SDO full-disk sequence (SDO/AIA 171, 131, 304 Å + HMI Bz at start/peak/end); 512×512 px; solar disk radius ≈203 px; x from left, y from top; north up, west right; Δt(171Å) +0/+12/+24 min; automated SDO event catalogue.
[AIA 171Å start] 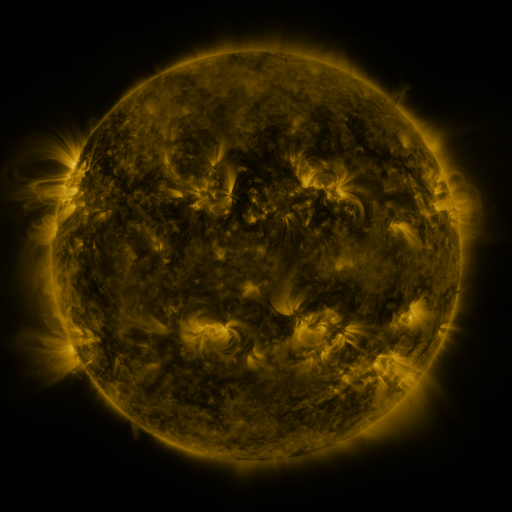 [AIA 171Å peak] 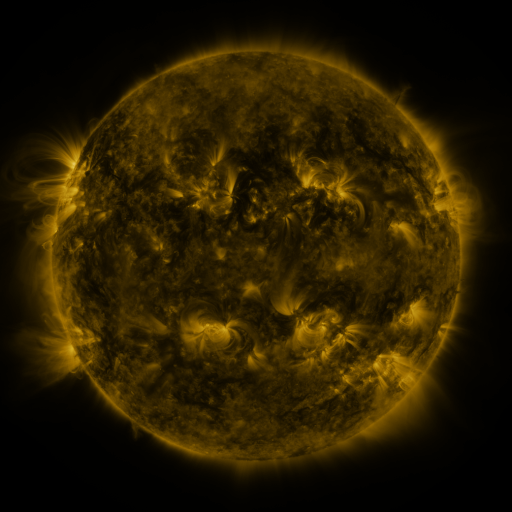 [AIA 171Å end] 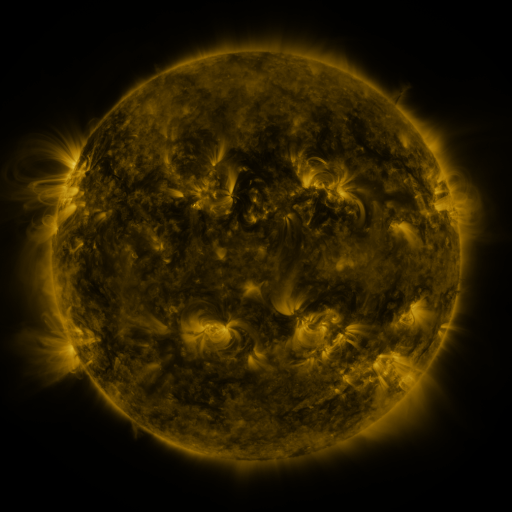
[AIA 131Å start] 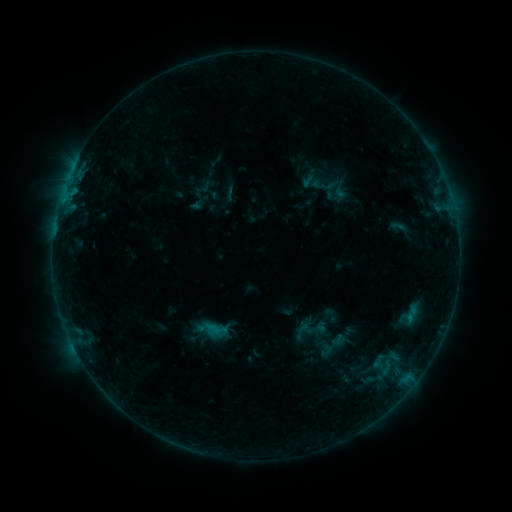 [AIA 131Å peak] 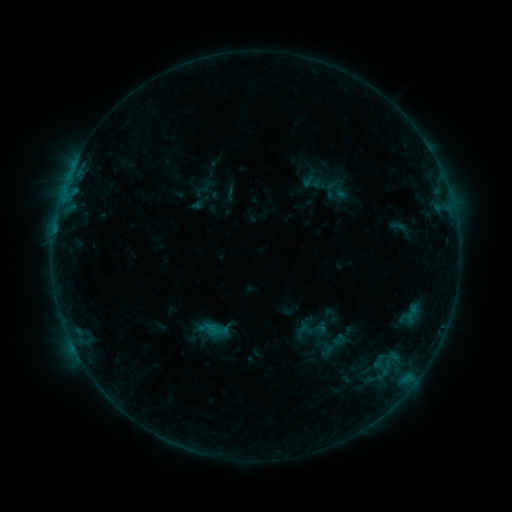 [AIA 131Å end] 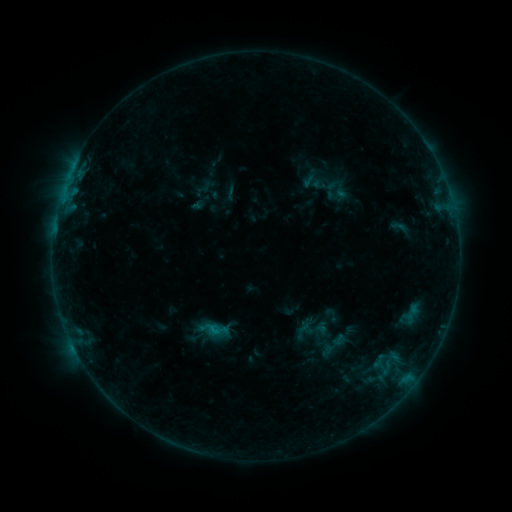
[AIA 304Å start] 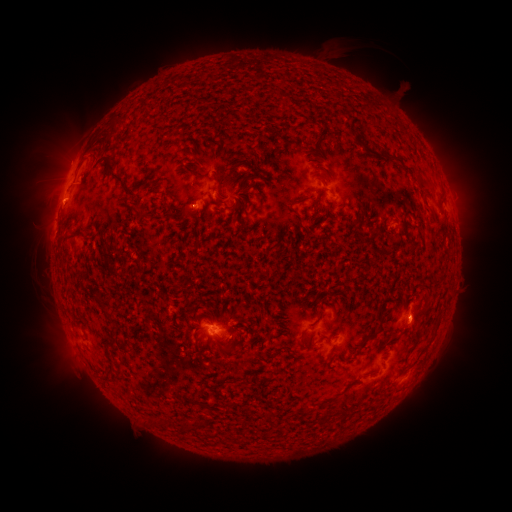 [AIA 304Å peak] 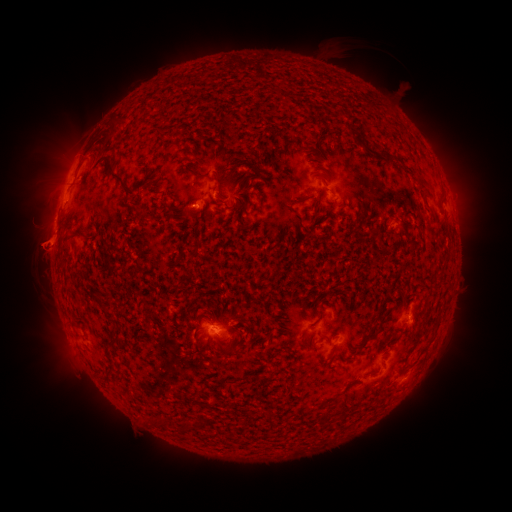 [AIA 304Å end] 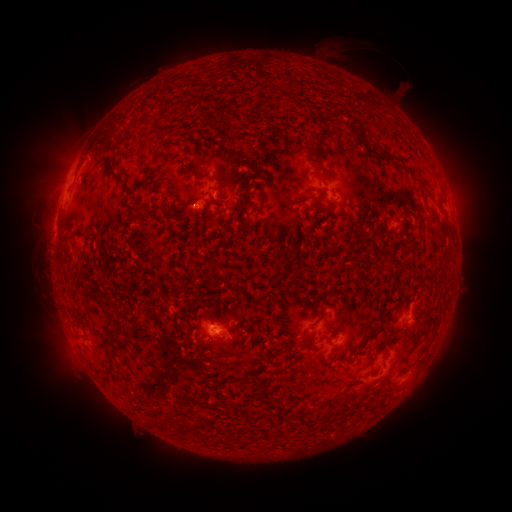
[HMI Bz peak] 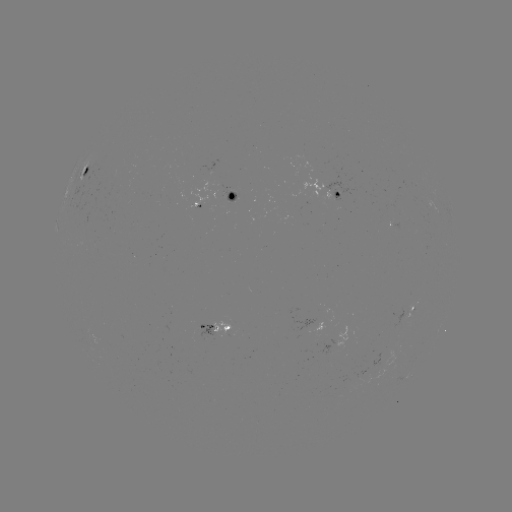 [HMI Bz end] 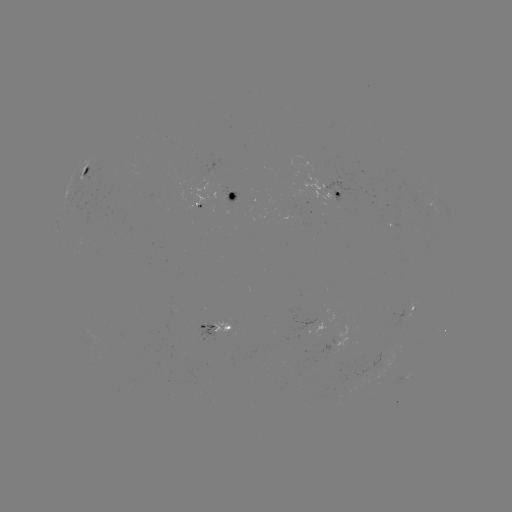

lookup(eruption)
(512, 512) [43, 242]